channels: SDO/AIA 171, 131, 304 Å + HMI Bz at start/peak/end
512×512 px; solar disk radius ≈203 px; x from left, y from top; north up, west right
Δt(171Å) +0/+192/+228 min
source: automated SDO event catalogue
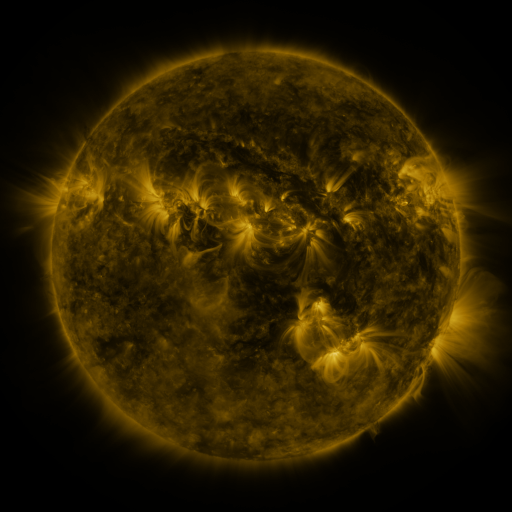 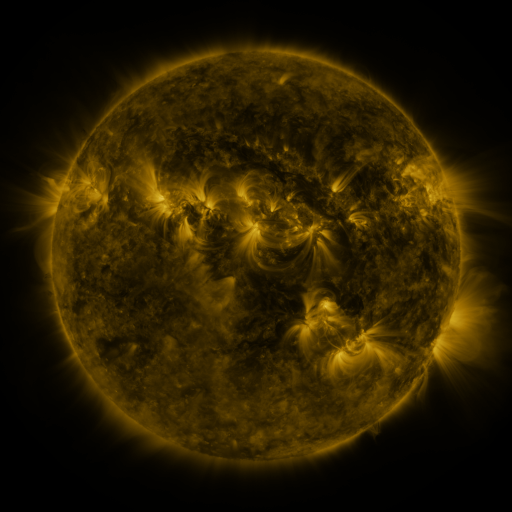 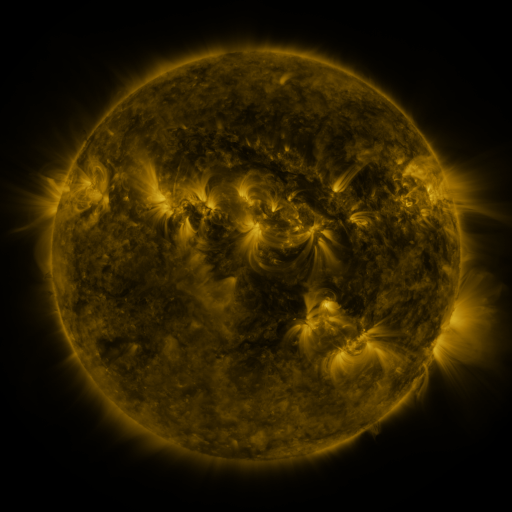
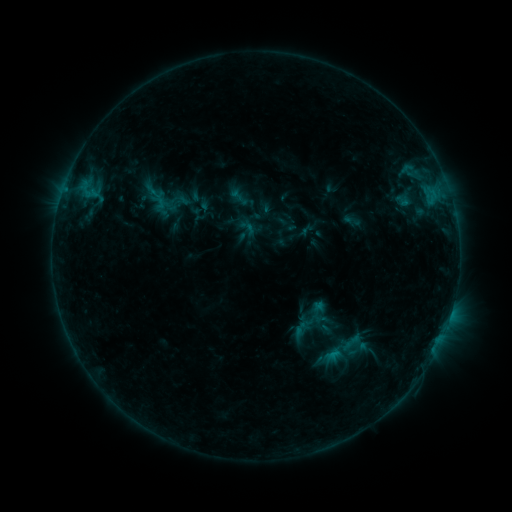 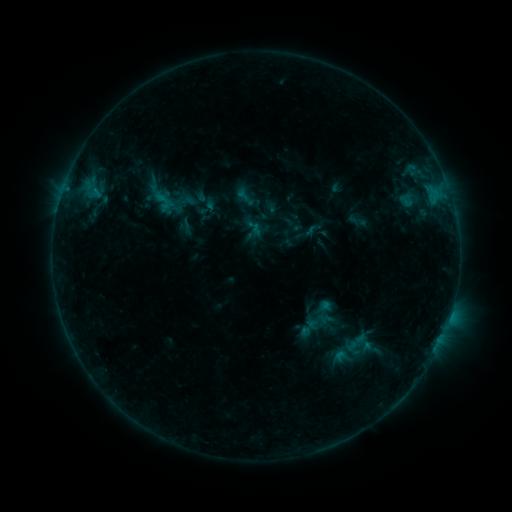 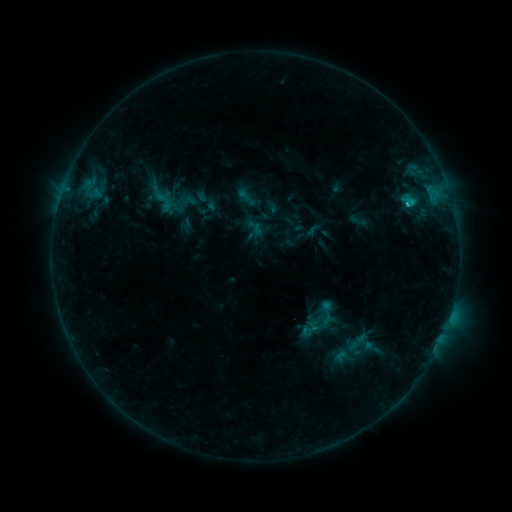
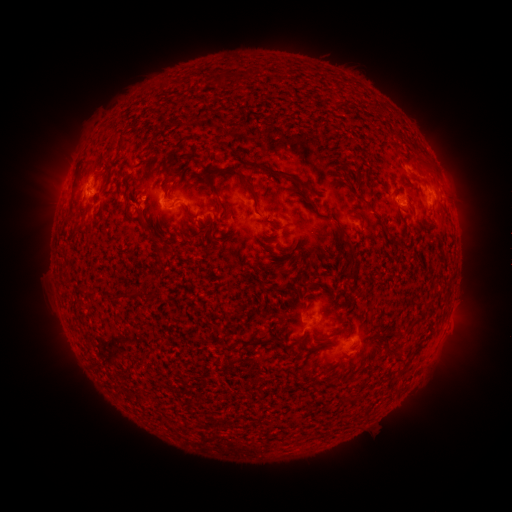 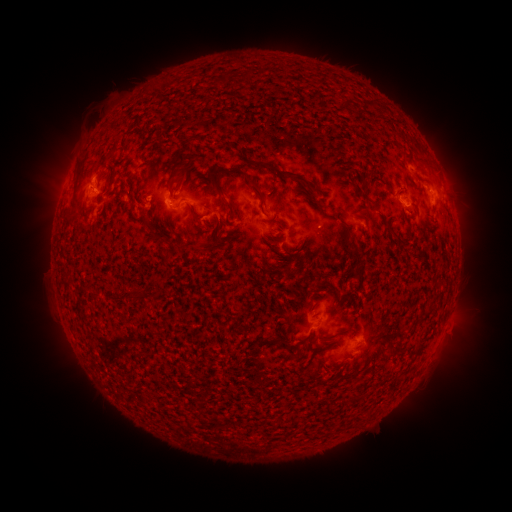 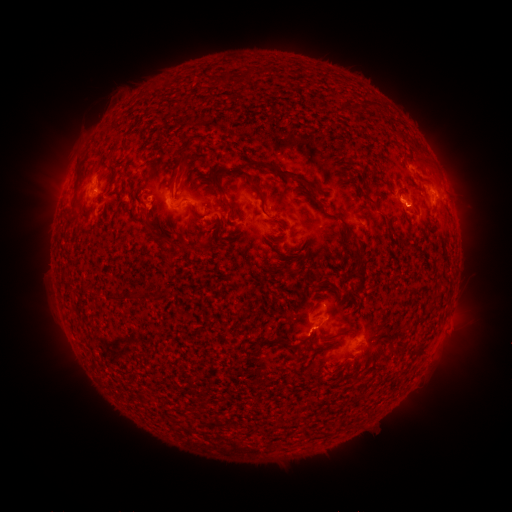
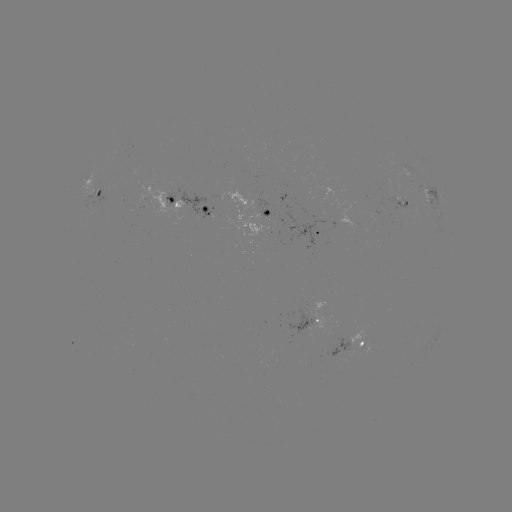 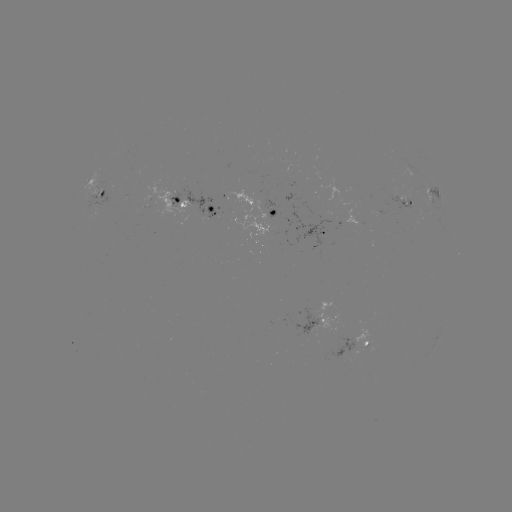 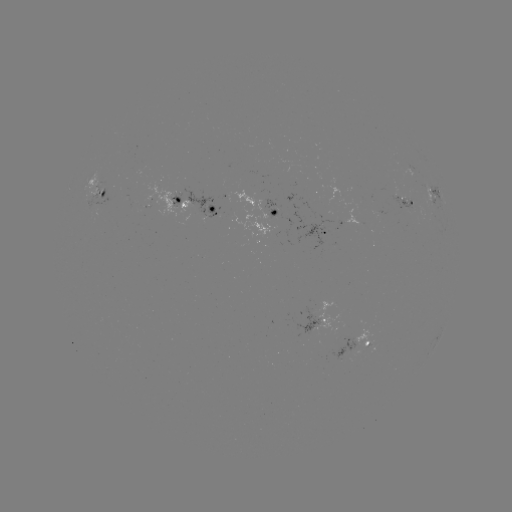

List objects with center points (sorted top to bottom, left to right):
emerging-flux region: (404, 197)
